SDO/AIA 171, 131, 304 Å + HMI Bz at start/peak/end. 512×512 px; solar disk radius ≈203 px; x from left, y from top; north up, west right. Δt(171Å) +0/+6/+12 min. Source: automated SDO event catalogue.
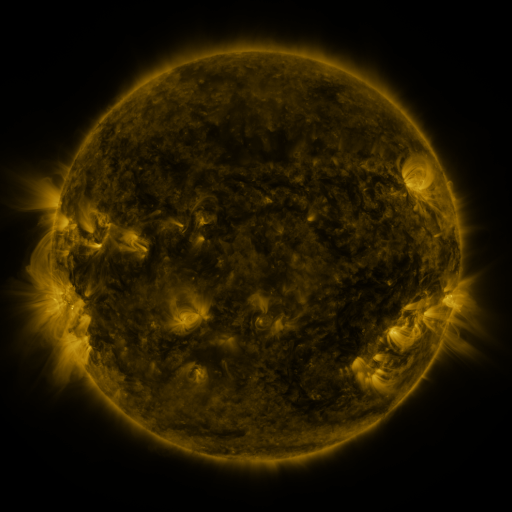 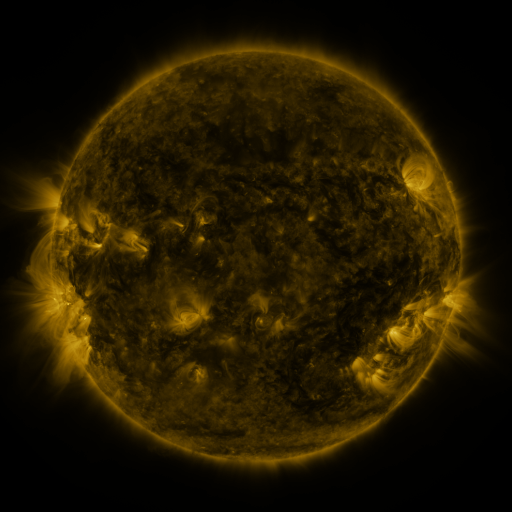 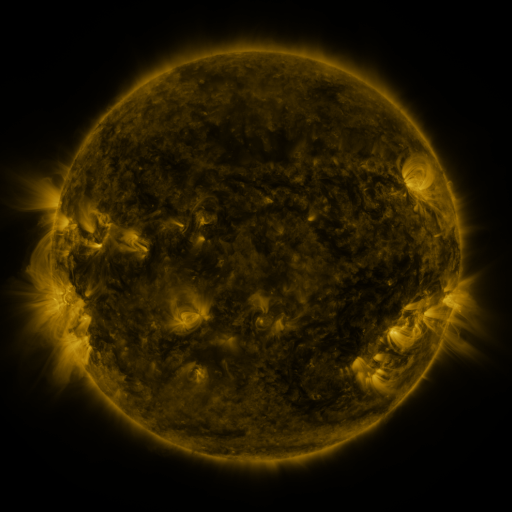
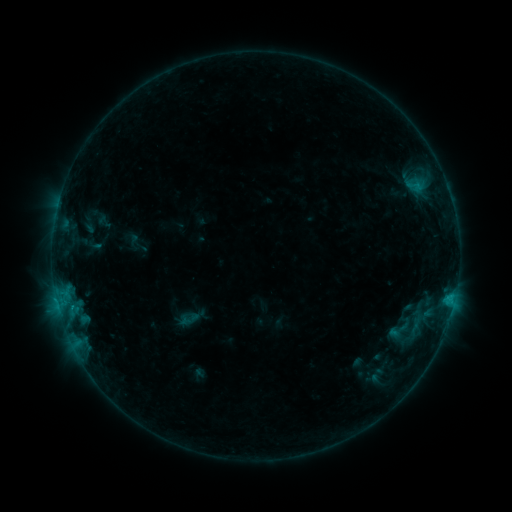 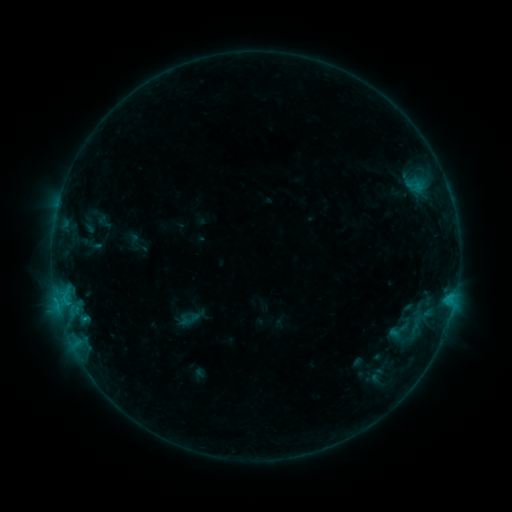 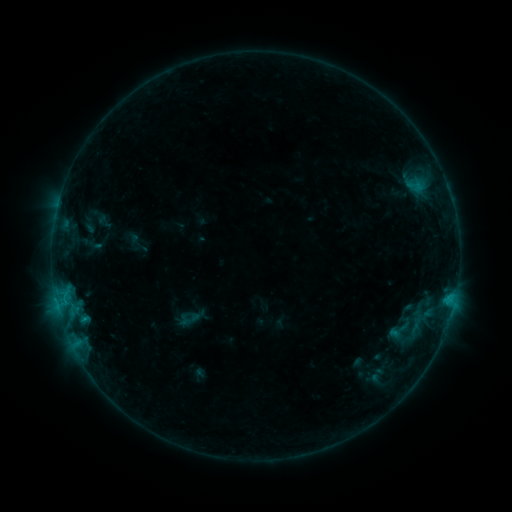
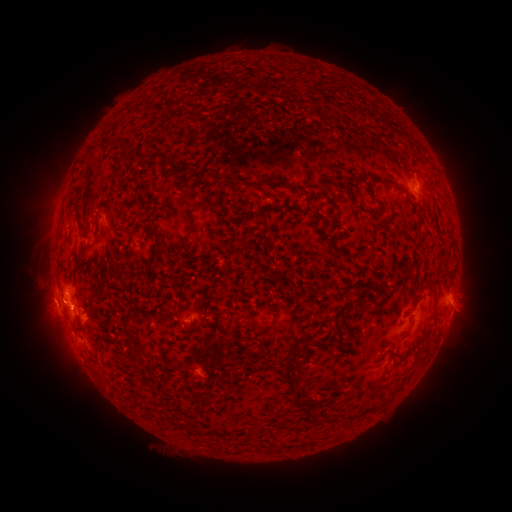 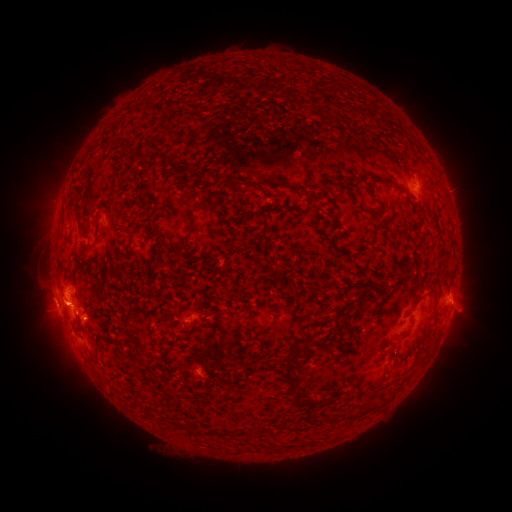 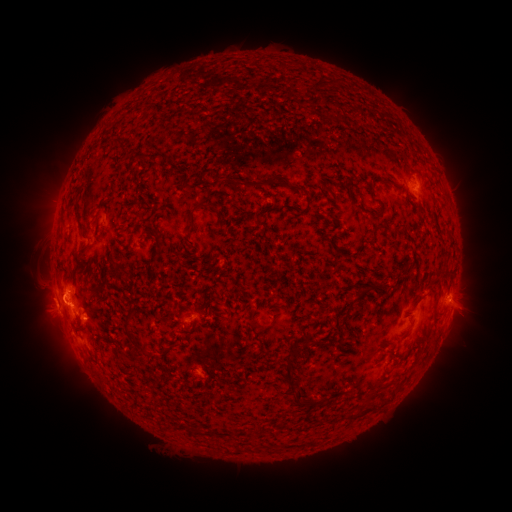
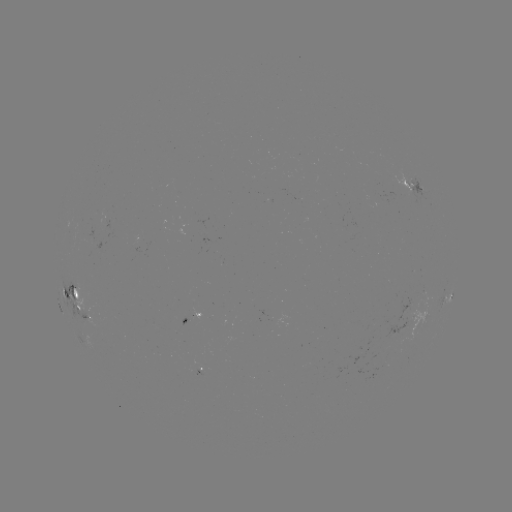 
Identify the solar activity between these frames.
eruption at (81, 305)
